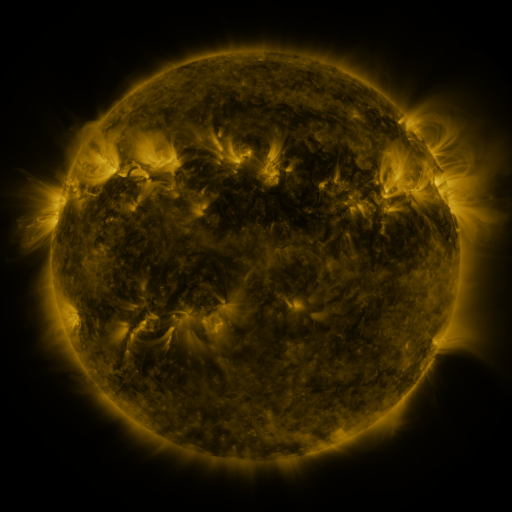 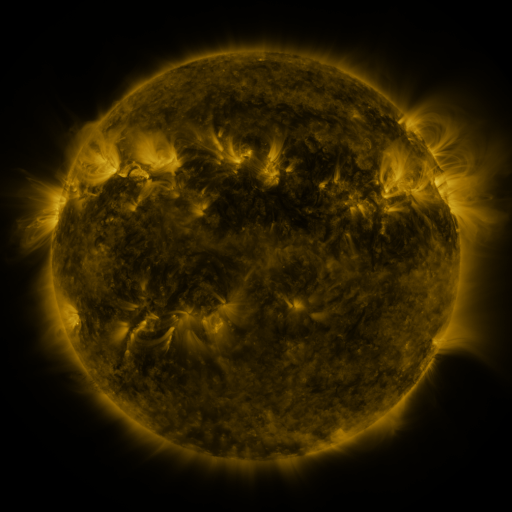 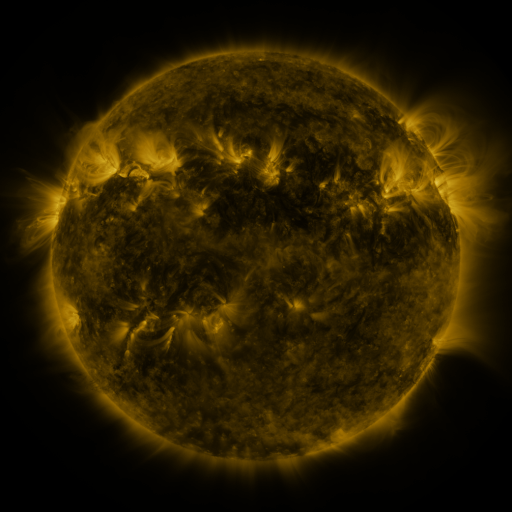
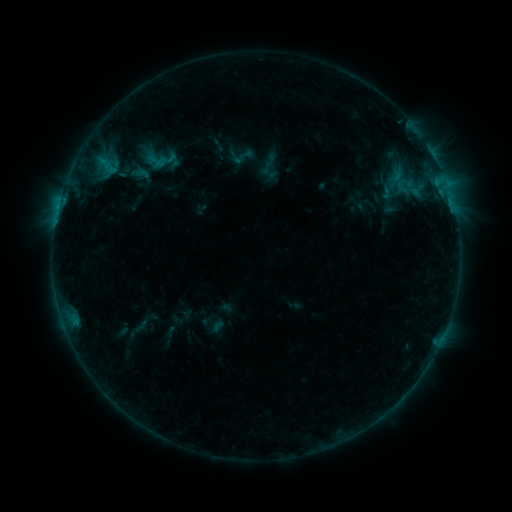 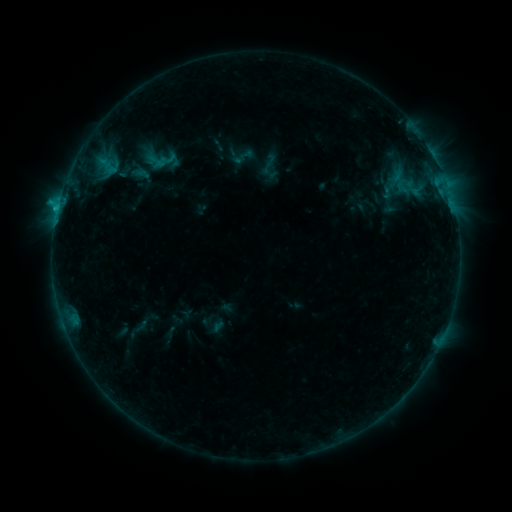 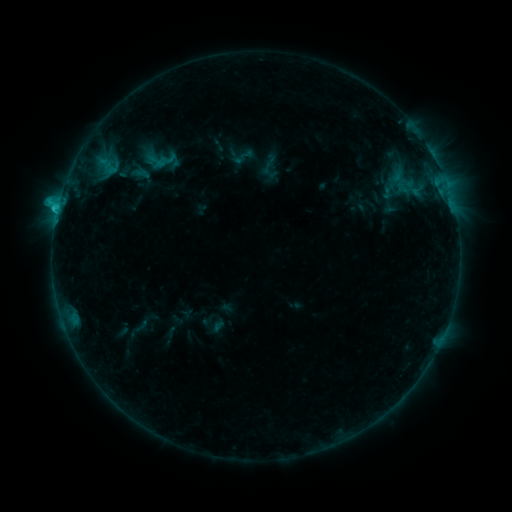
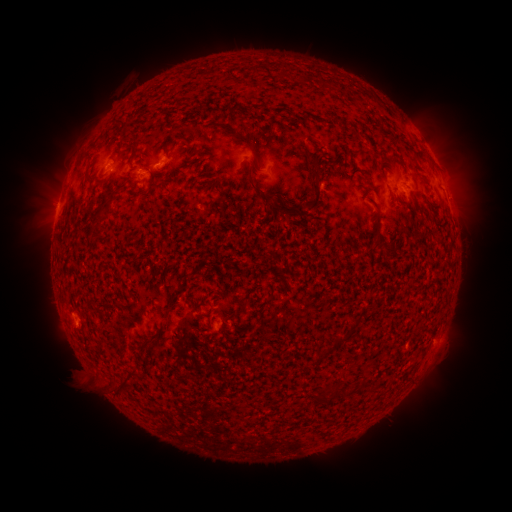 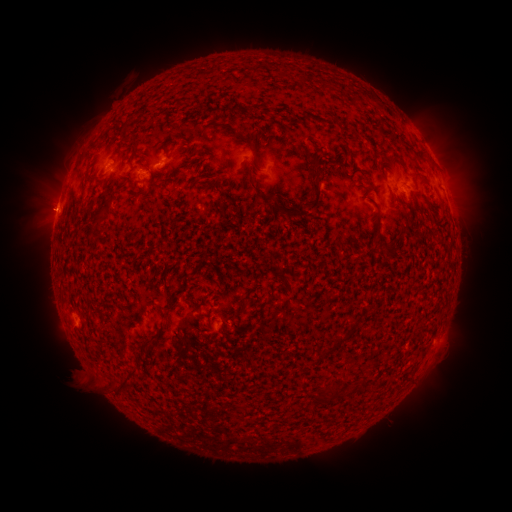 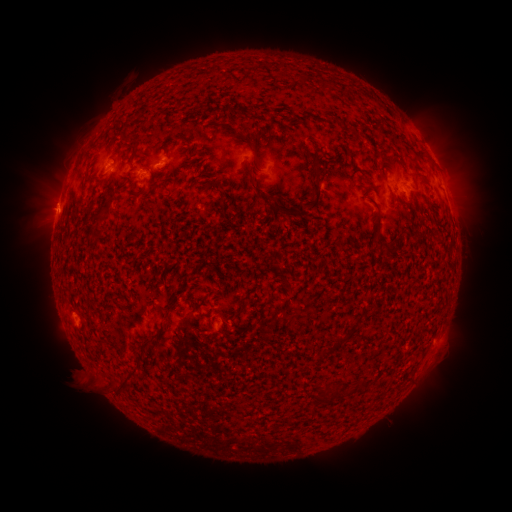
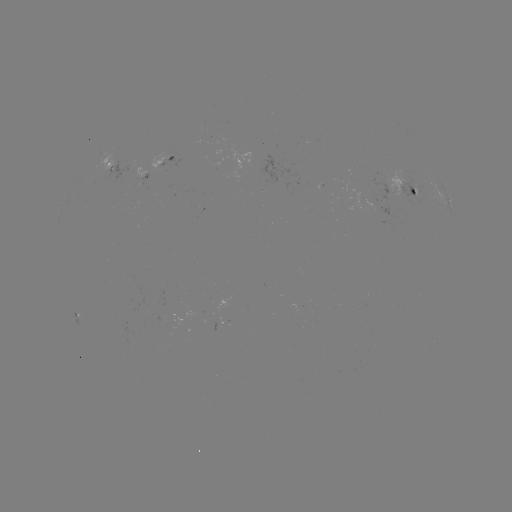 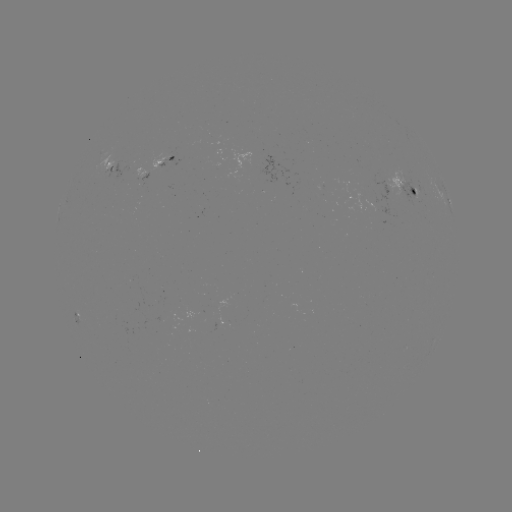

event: flare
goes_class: C1.5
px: (58, 209)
